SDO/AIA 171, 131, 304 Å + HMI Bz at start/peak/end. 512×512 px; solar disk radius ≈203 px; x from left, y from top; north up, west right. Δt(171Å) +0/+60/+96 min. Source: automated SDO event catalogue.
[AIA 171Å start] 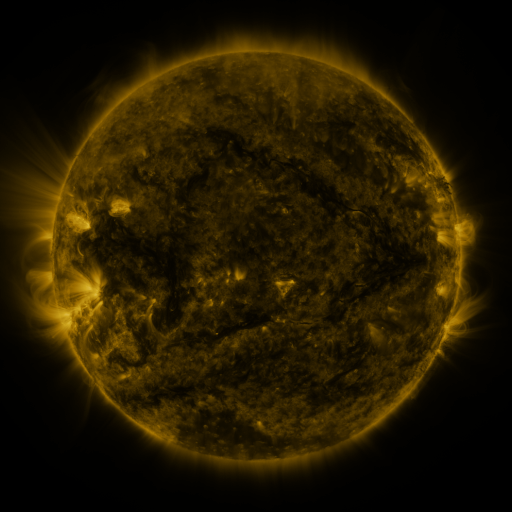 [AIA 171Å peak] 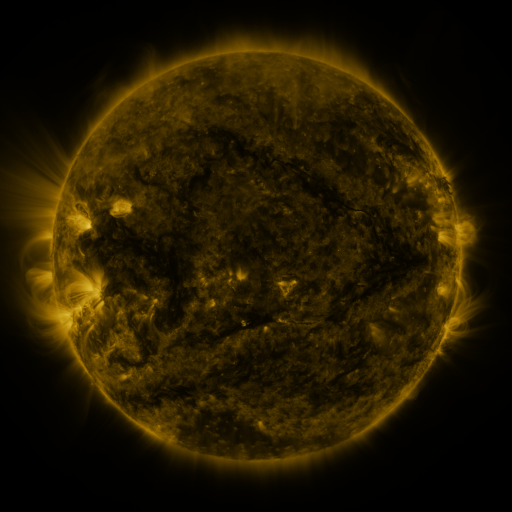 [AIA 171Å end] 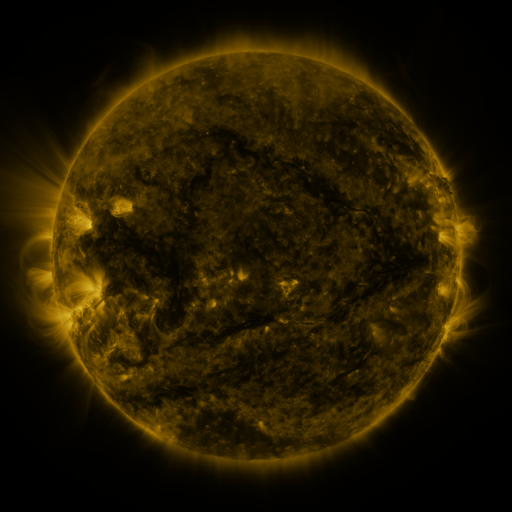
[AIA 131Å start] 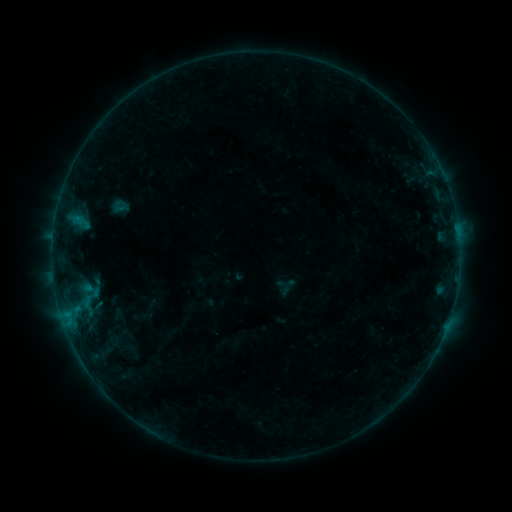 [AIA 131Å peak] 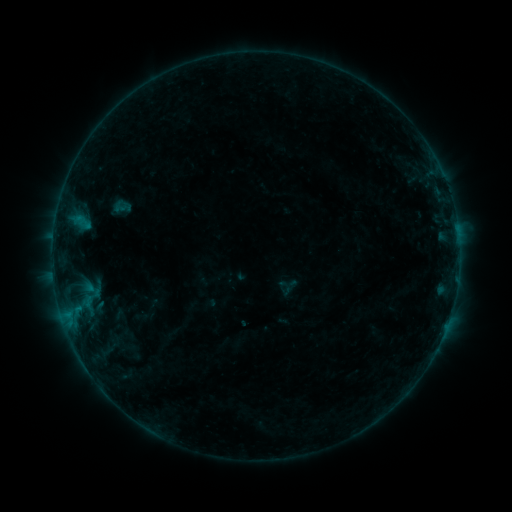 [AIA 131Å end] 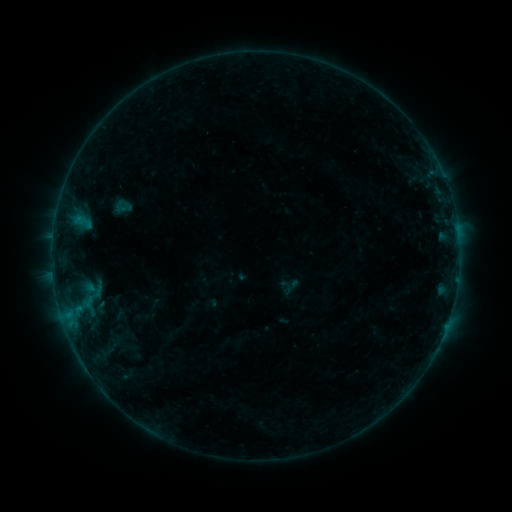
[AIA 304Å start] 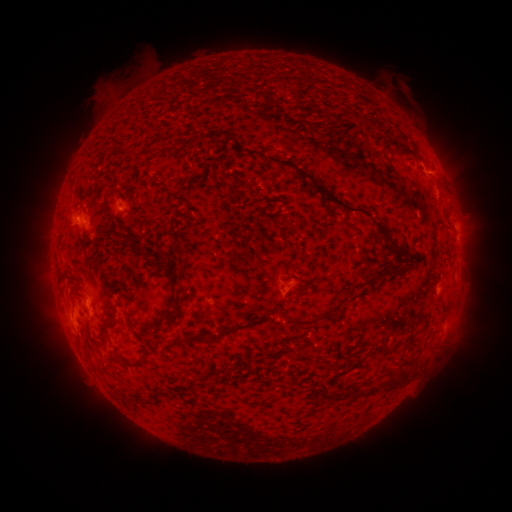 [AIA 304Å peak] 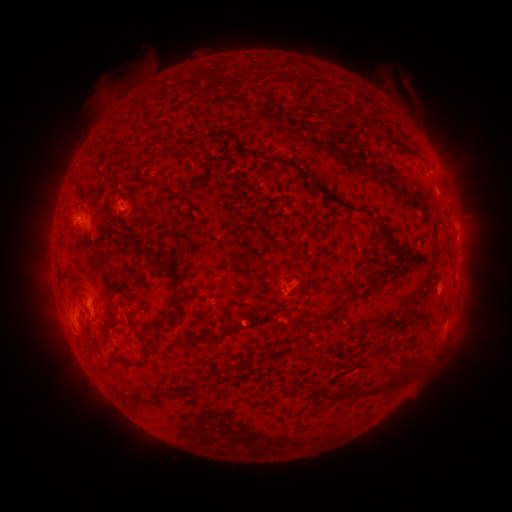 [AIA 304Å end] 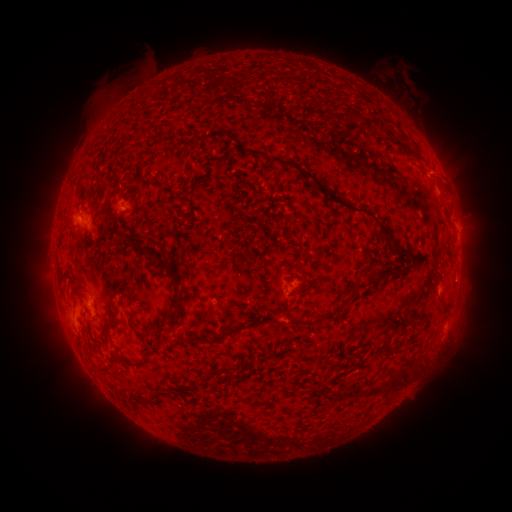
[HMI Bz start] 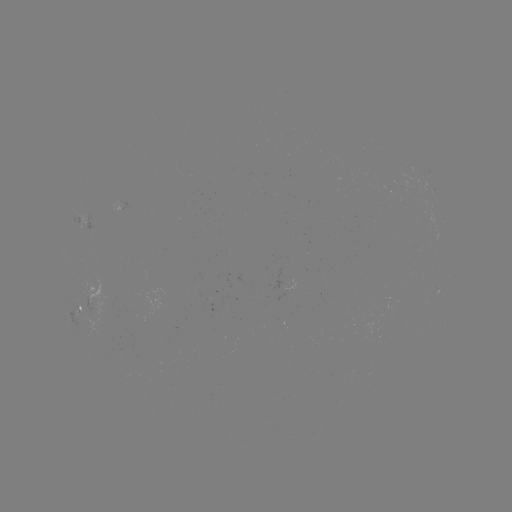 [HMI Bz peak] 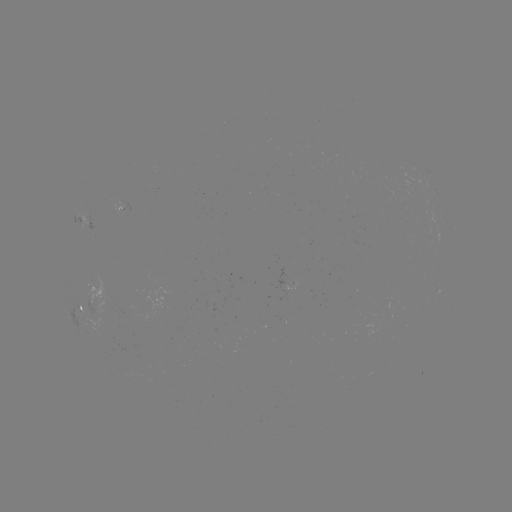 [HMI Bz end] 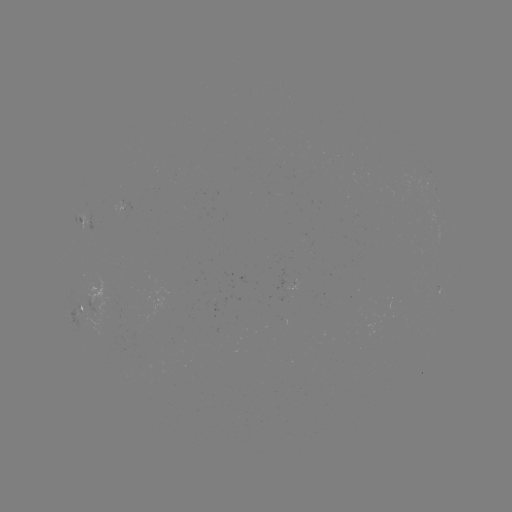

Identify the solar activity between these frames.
emerging-flux region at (289, 317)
